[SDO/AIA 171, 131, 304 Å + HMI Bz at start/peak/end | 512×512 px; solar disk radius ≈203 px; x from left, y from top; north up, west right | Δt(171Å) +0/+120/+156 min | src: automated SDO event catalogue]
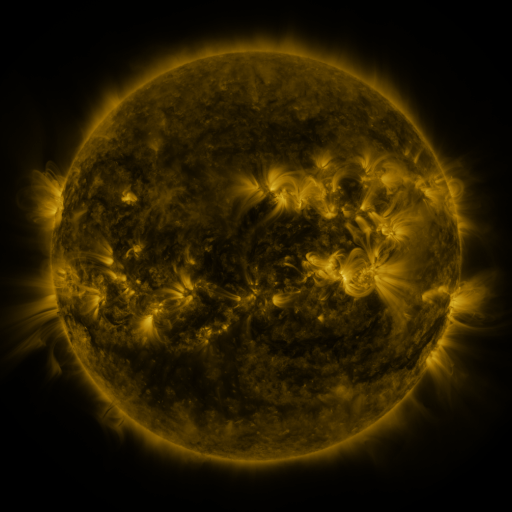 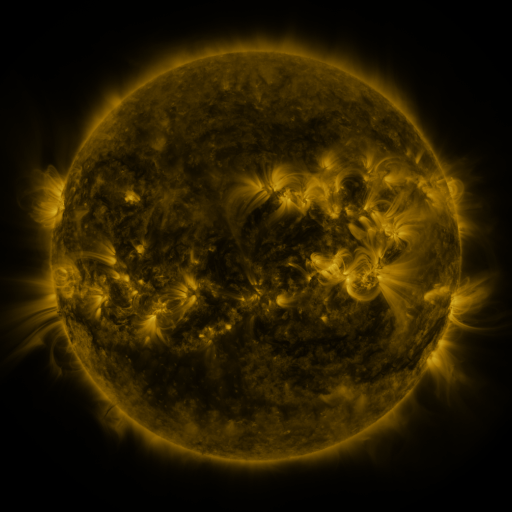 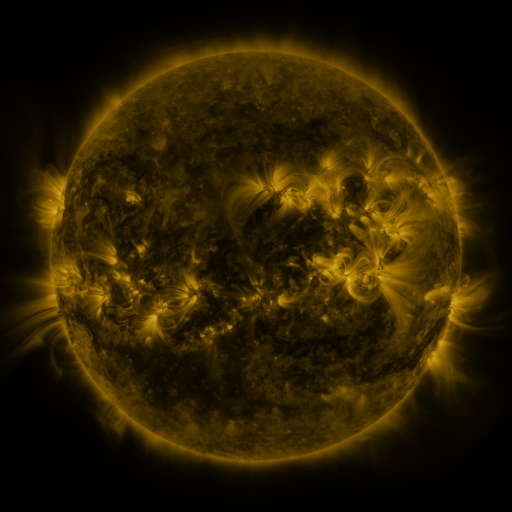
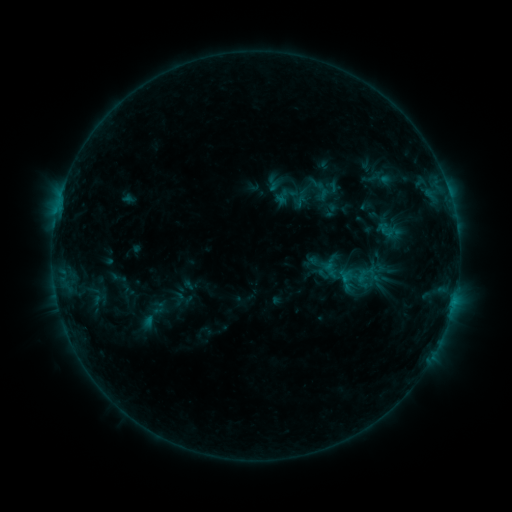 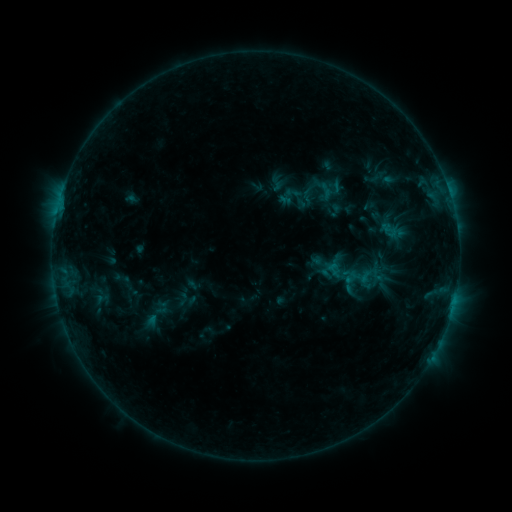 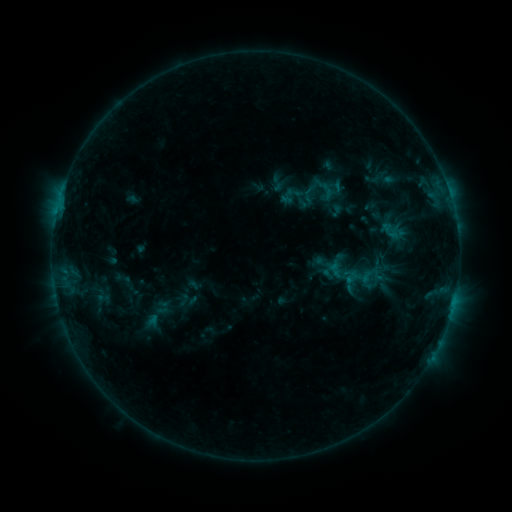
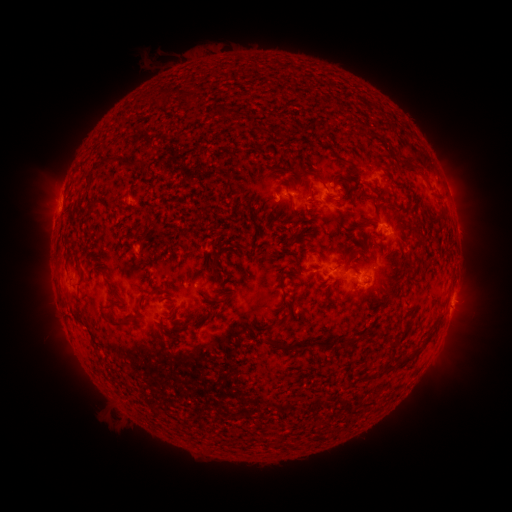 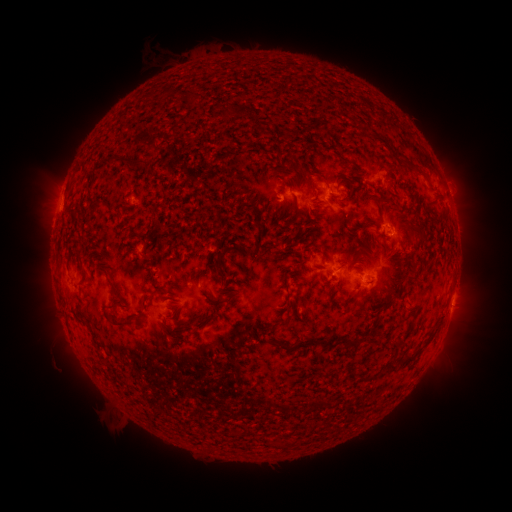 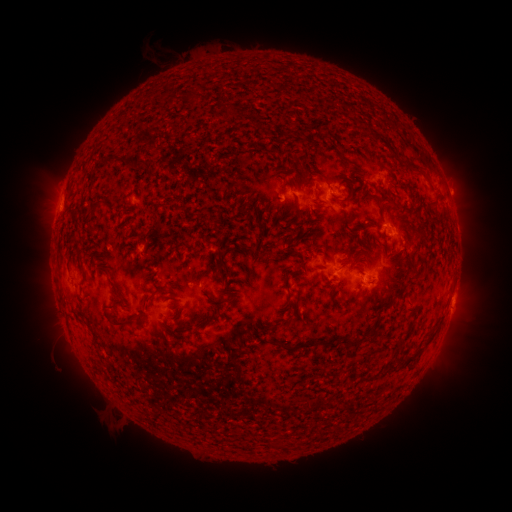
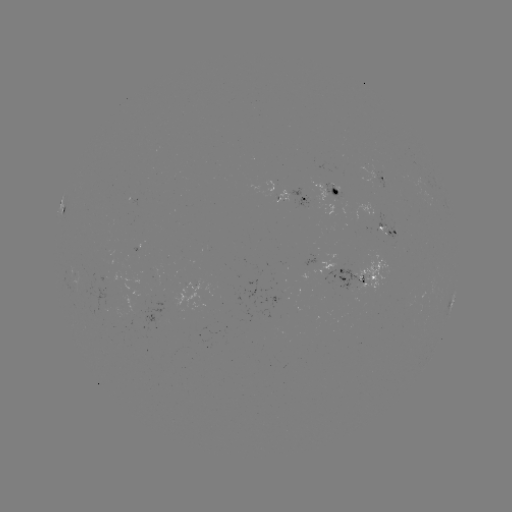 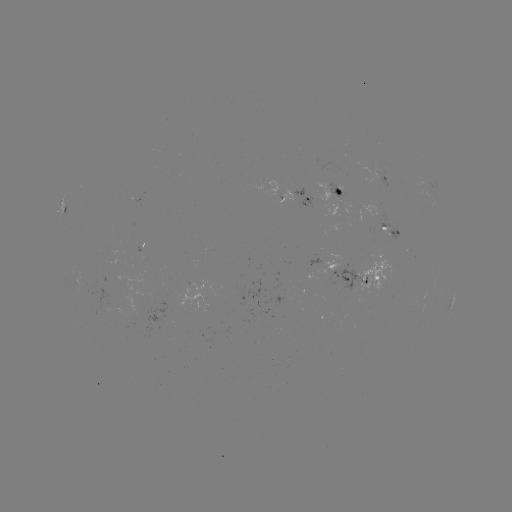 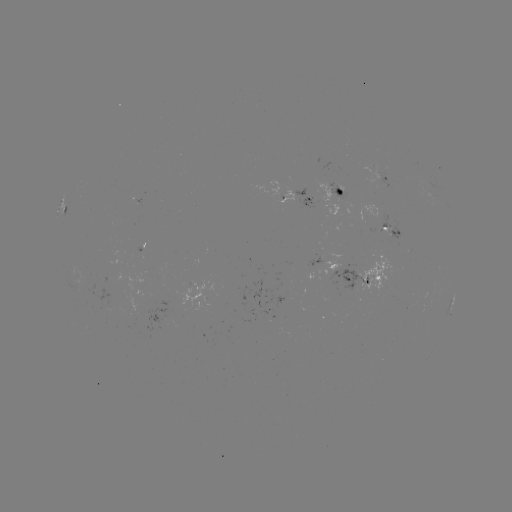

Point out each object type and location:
emerging-flux region: (321, 167)
